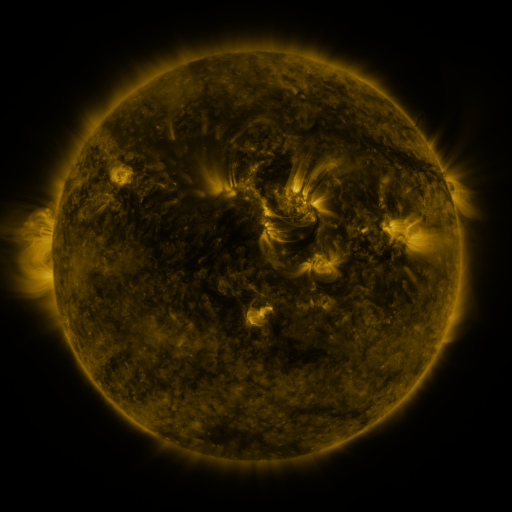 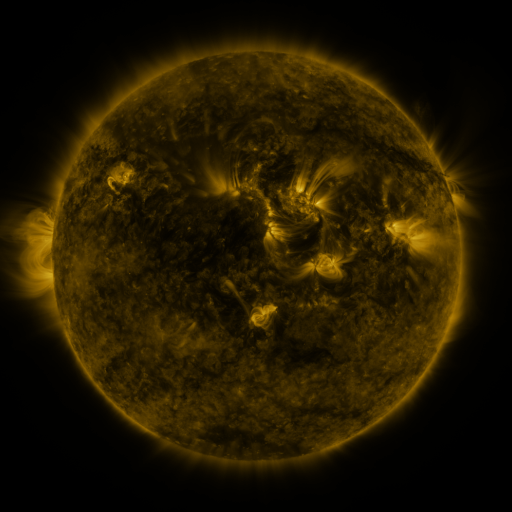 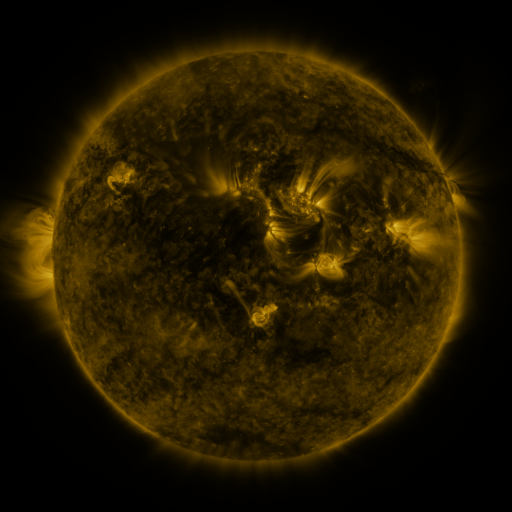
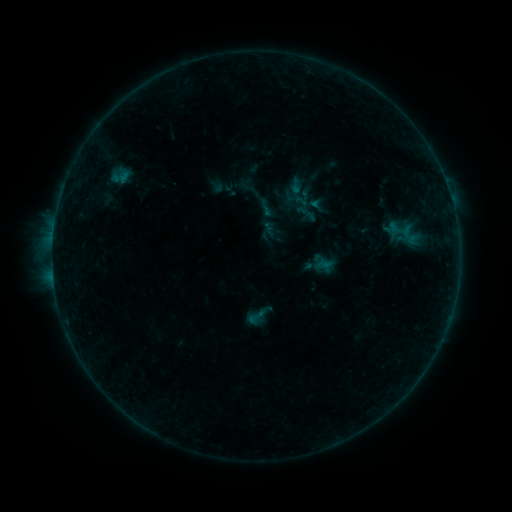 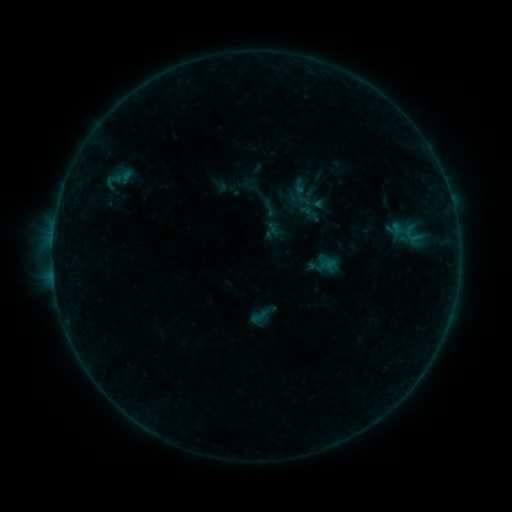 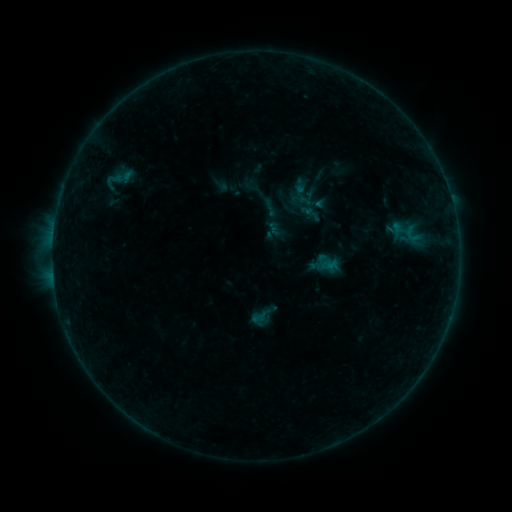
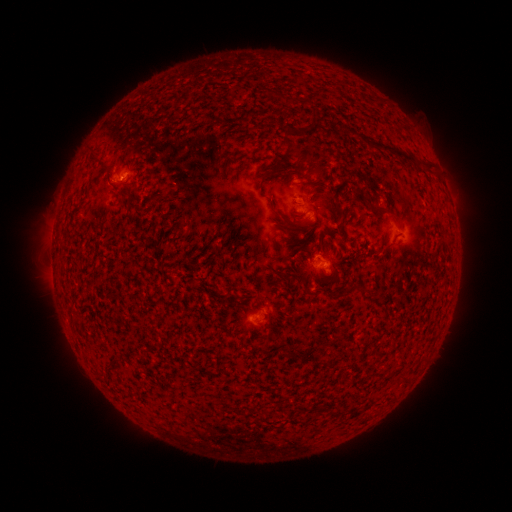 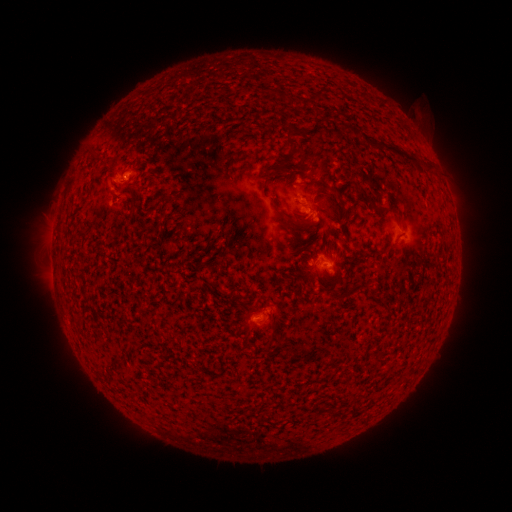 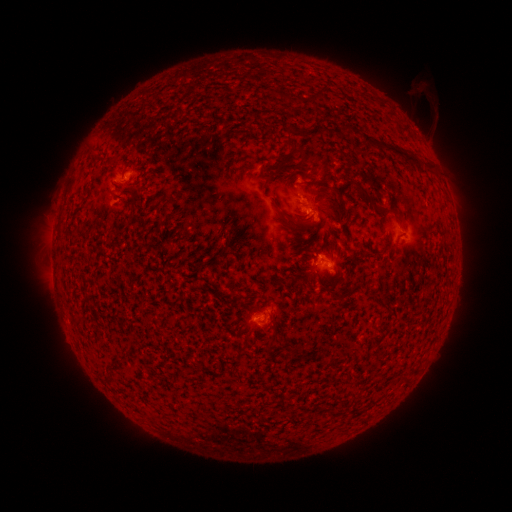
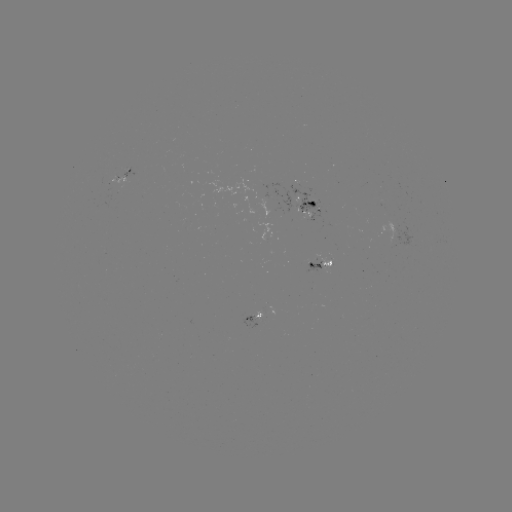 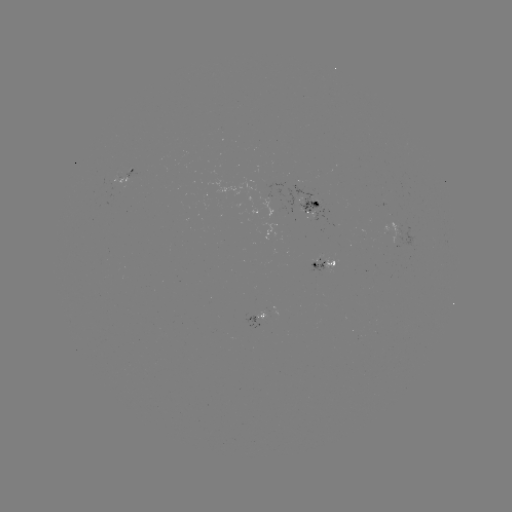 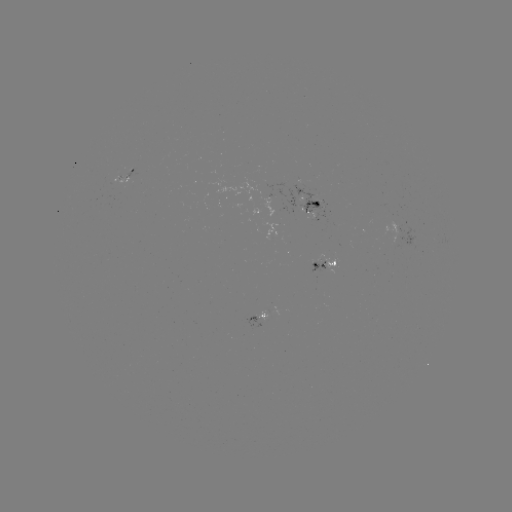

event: emerging-flux region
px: (309, 208)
